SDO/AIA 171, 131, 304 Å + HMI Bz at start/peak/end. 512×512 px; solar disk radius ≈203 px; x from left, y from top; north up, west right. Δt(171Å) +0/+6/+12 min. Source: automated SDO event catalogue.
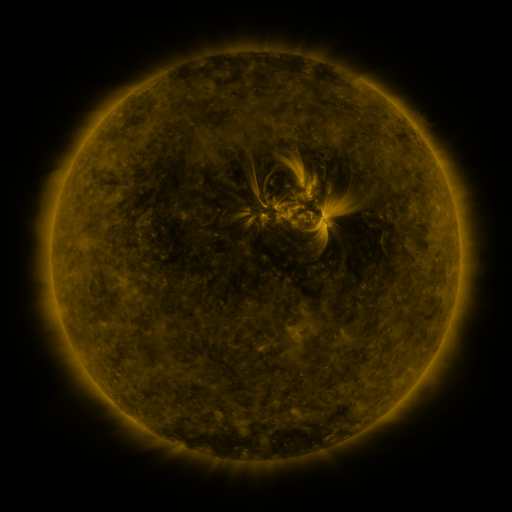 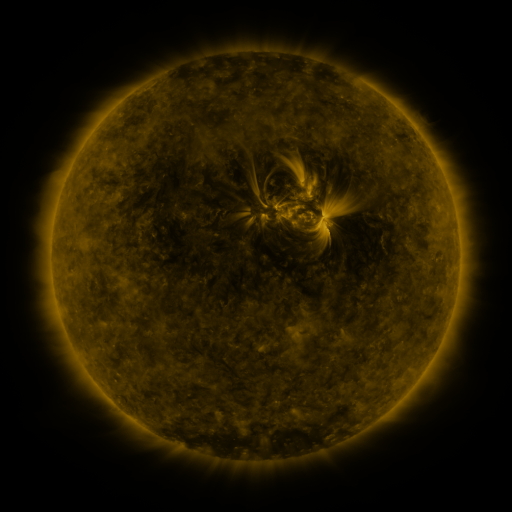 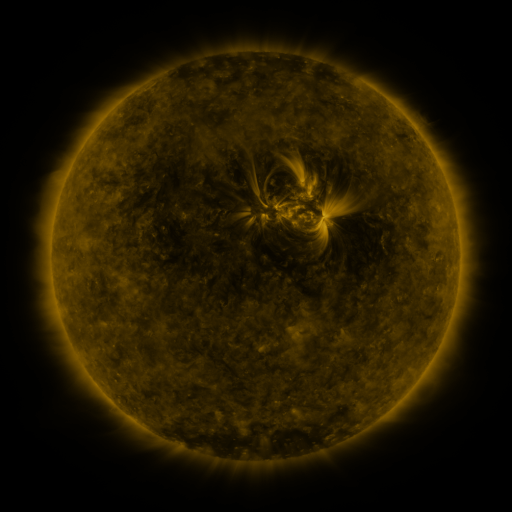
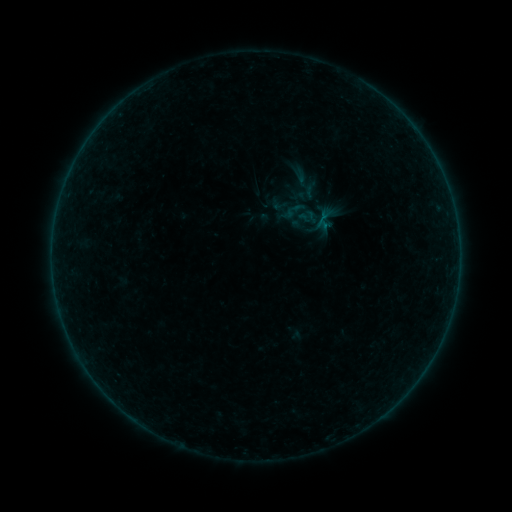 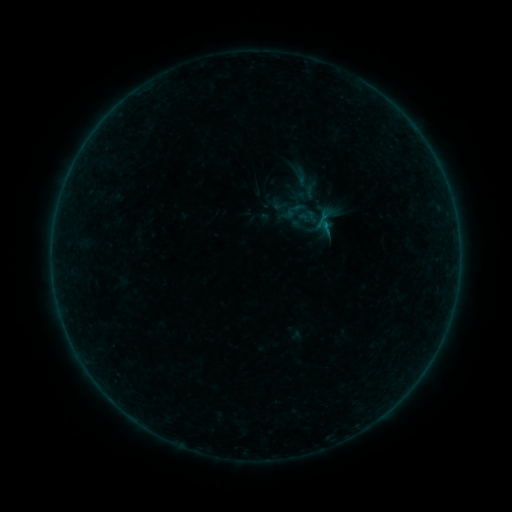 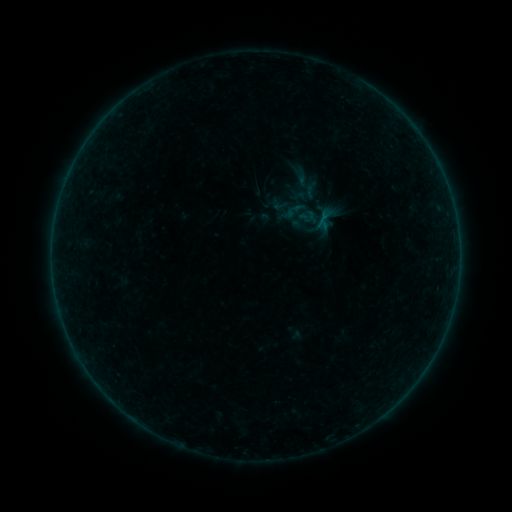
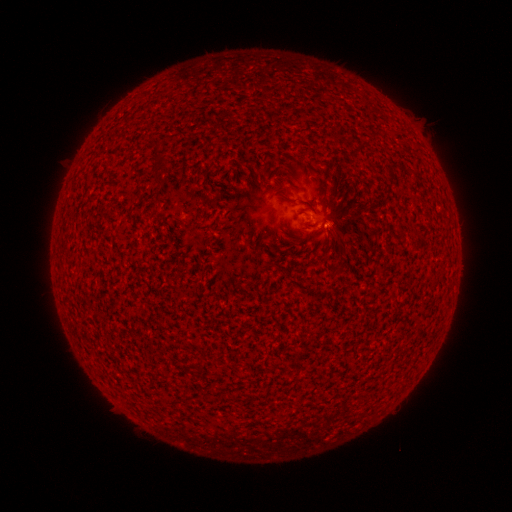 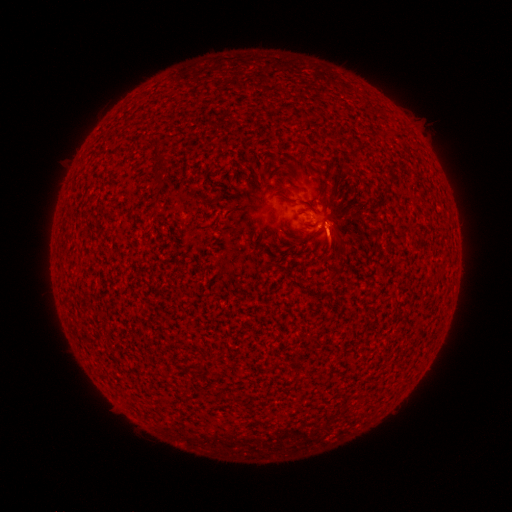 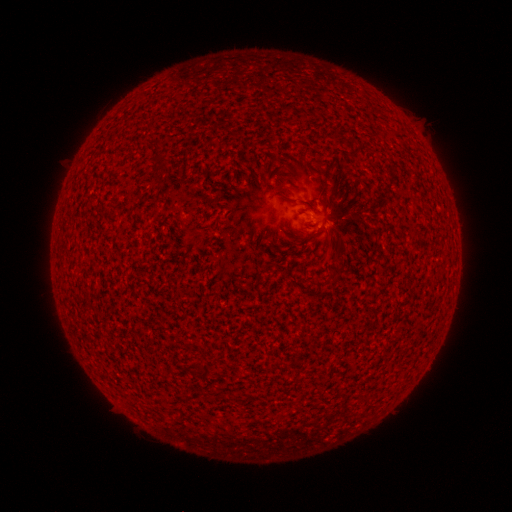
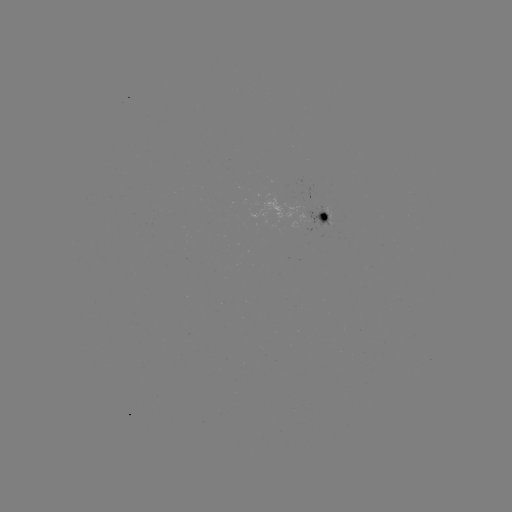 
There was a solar flare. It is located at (325, 226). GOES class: B1.4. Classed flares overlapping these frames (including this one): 1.